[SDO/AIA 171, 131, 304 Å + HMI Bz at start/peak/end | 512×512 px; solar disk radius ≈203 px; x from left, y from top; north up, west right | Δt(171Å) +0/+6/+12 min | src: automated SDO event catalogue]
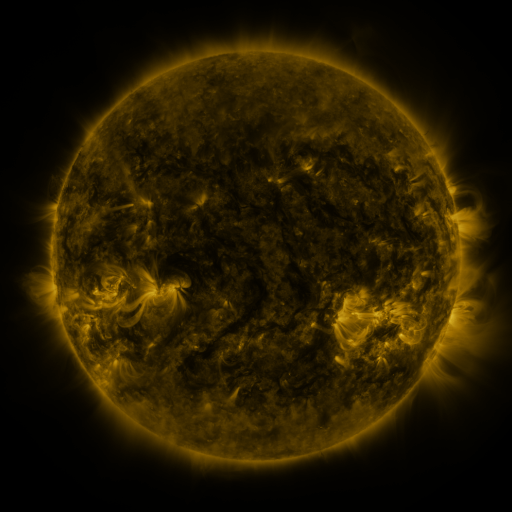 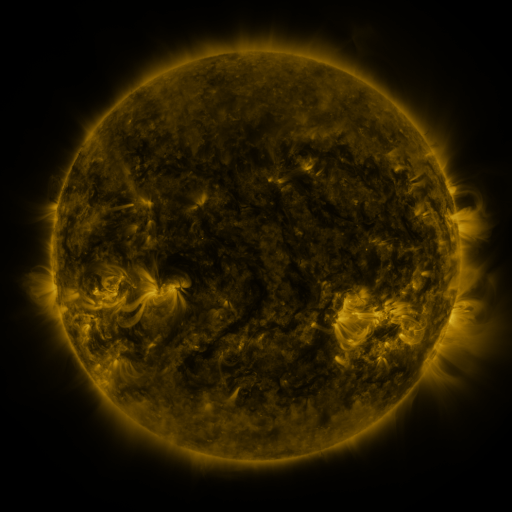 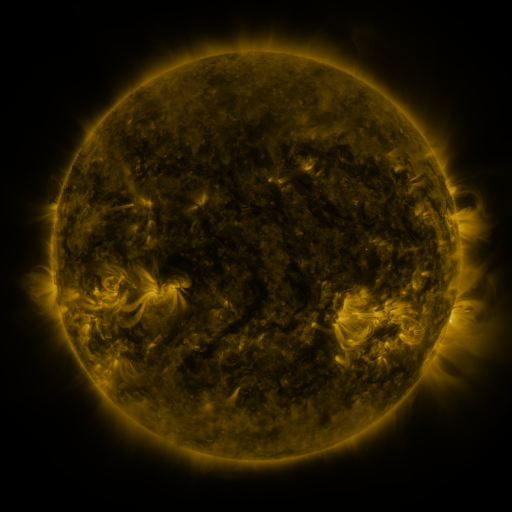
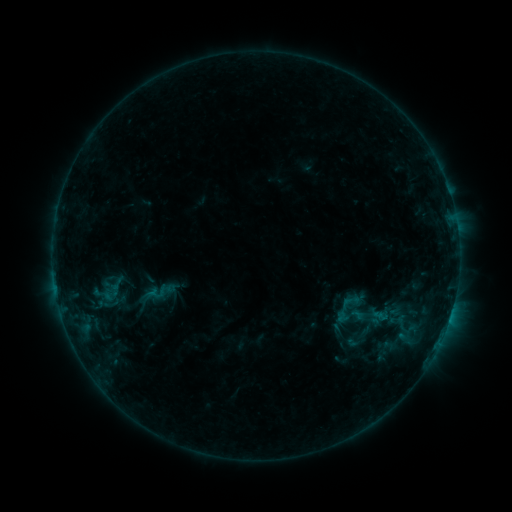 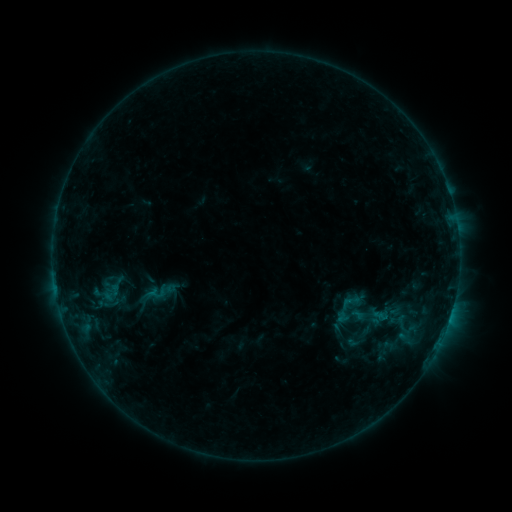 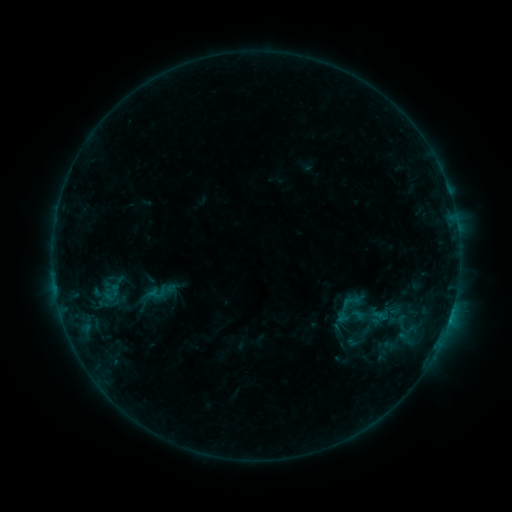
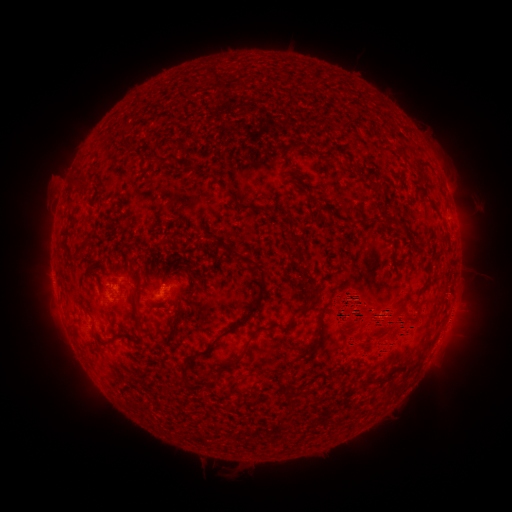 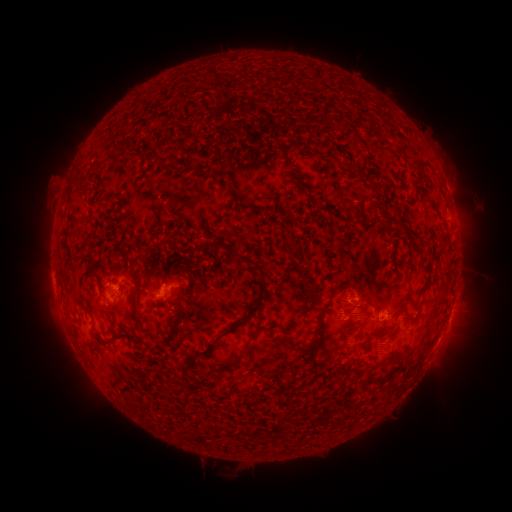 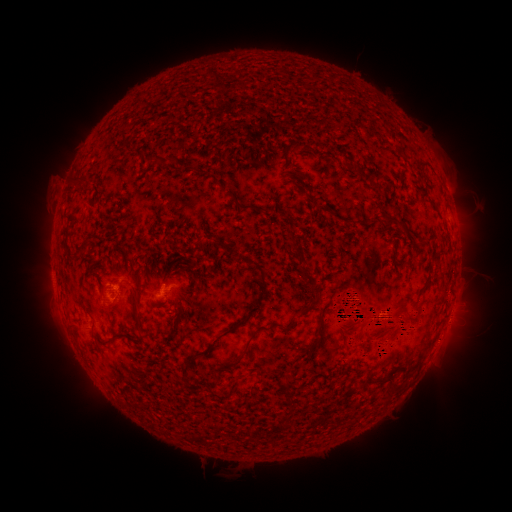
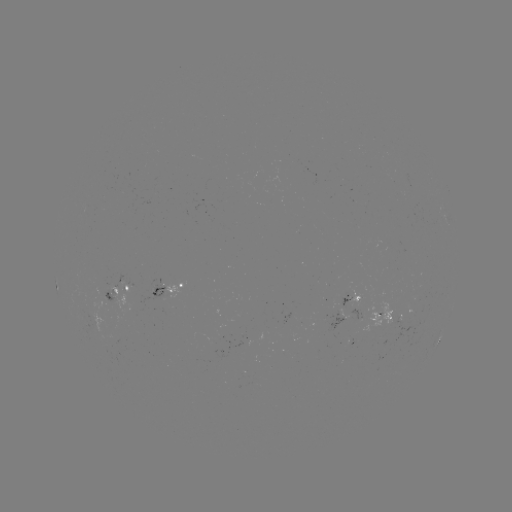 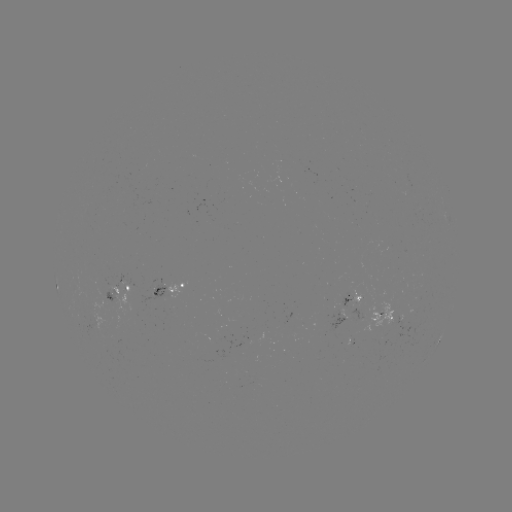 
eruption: (25, 263, 194, 350)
